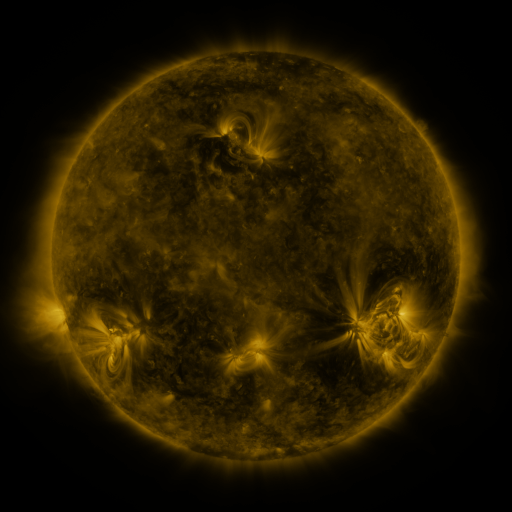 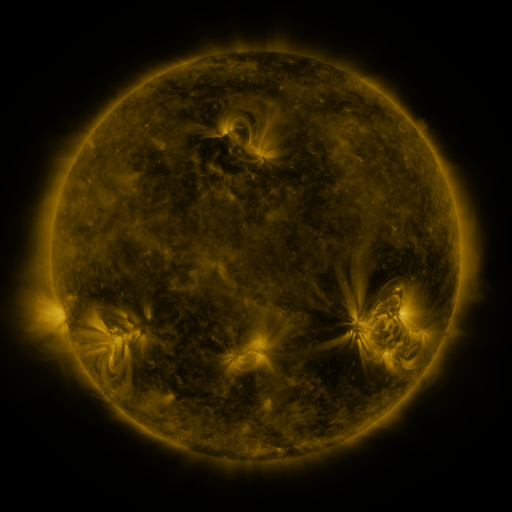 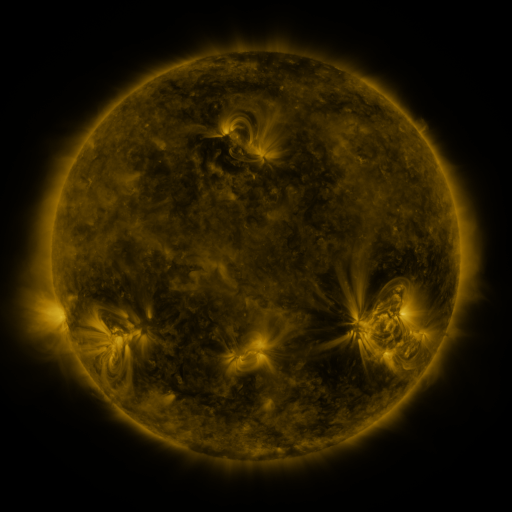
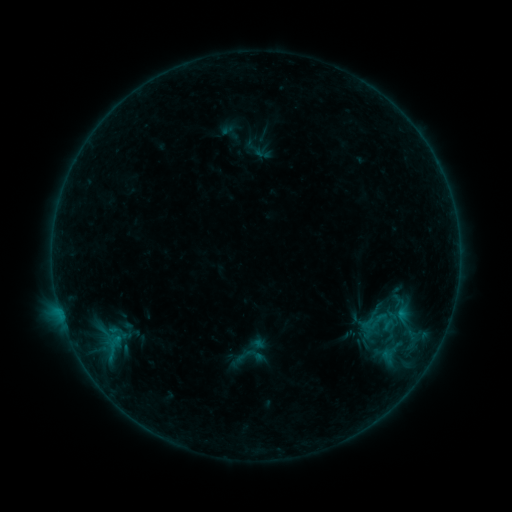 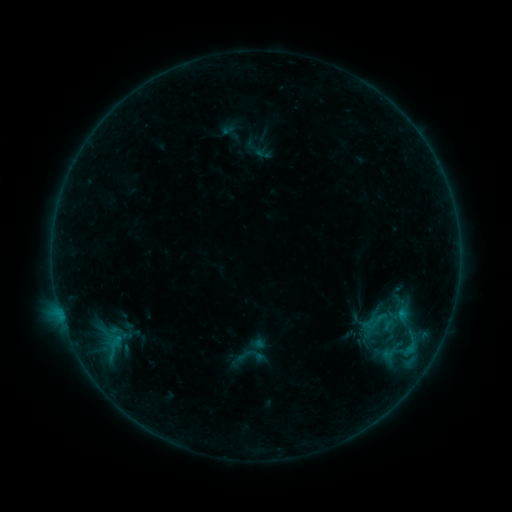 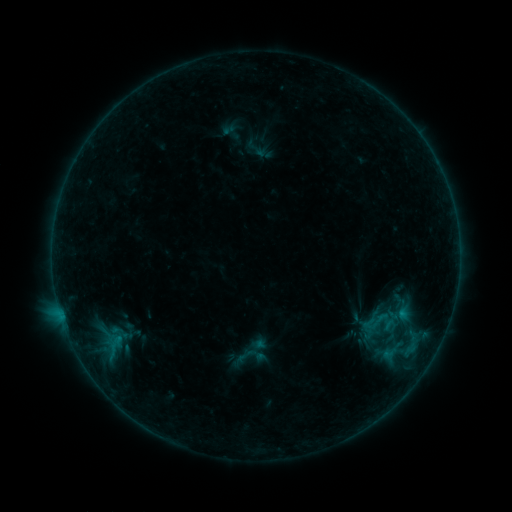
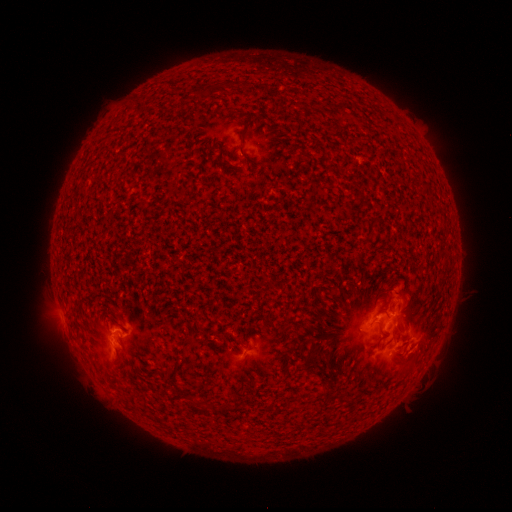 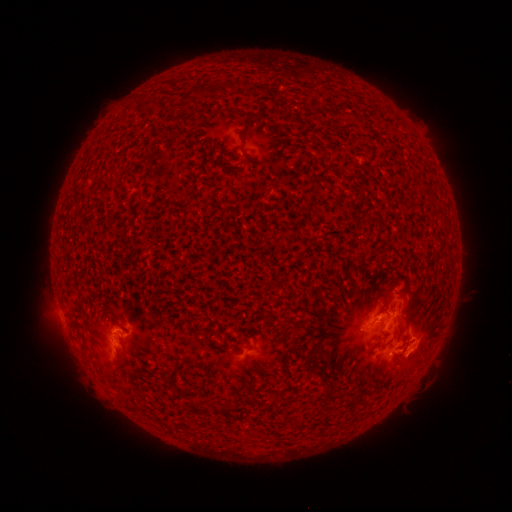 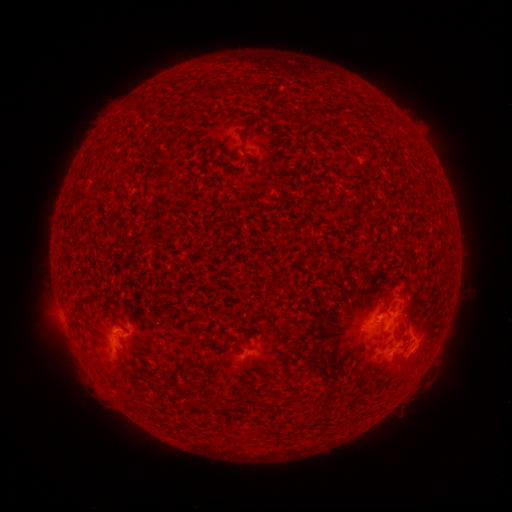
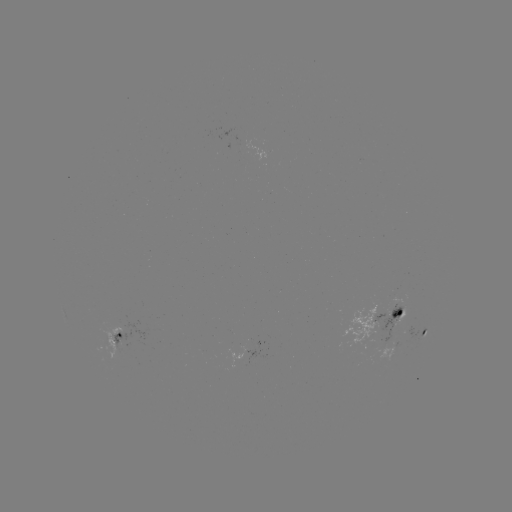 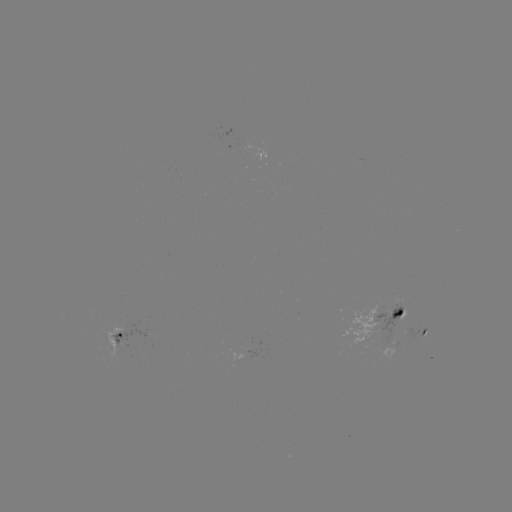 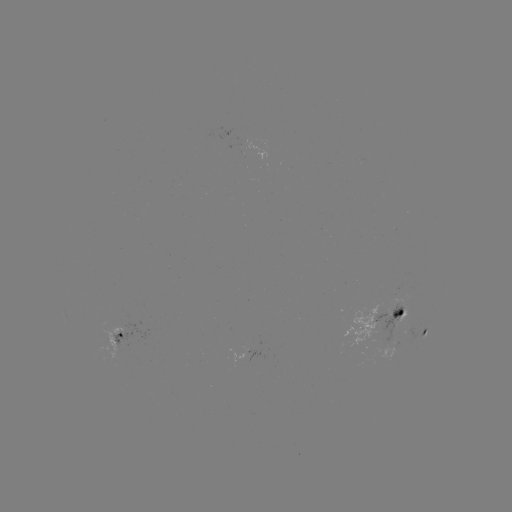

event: flare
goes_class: B9.0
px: (408, 349)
